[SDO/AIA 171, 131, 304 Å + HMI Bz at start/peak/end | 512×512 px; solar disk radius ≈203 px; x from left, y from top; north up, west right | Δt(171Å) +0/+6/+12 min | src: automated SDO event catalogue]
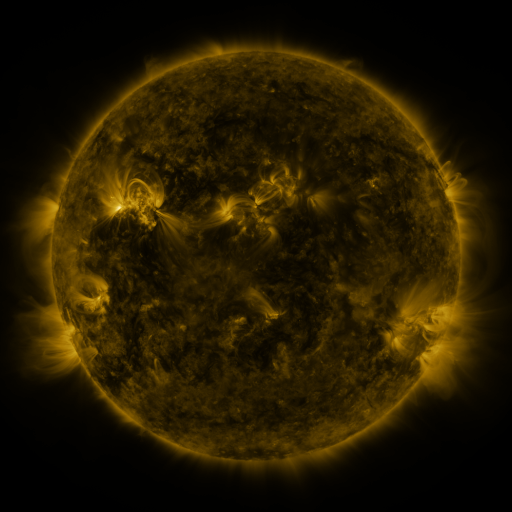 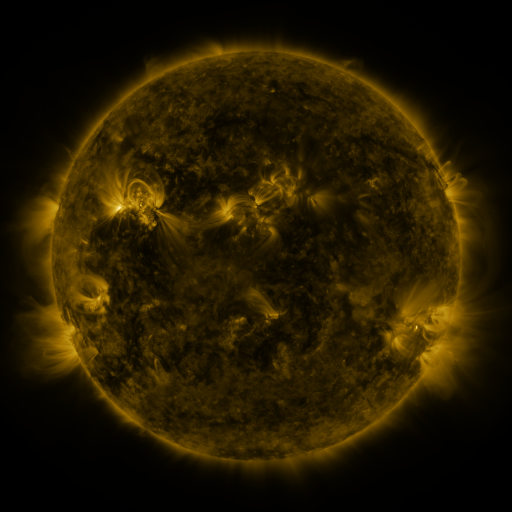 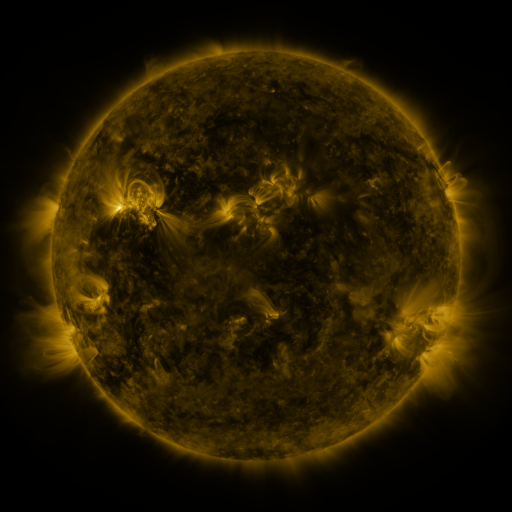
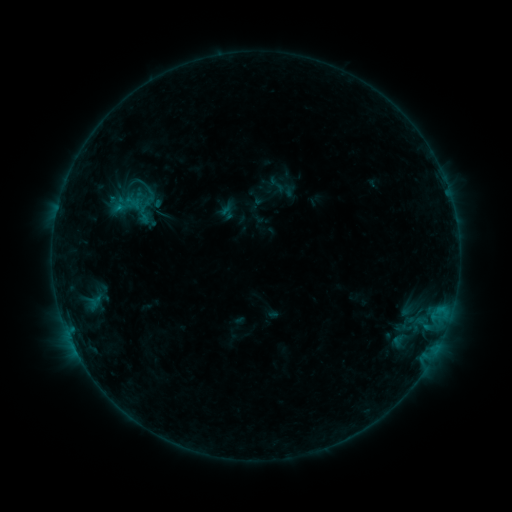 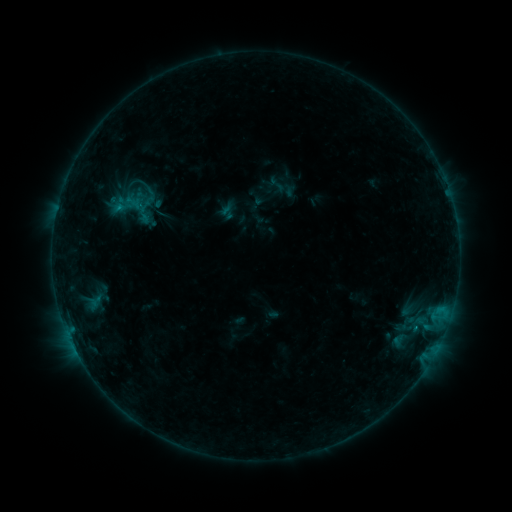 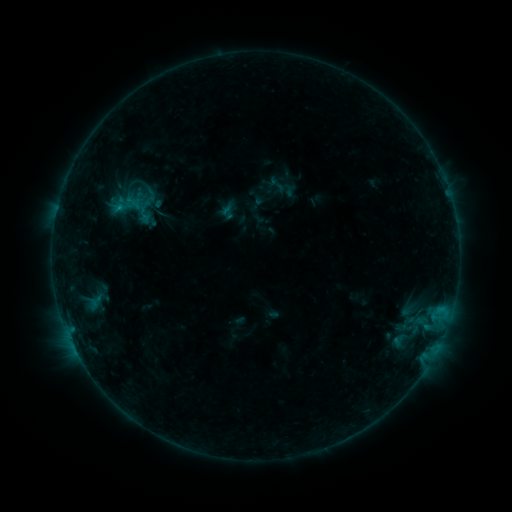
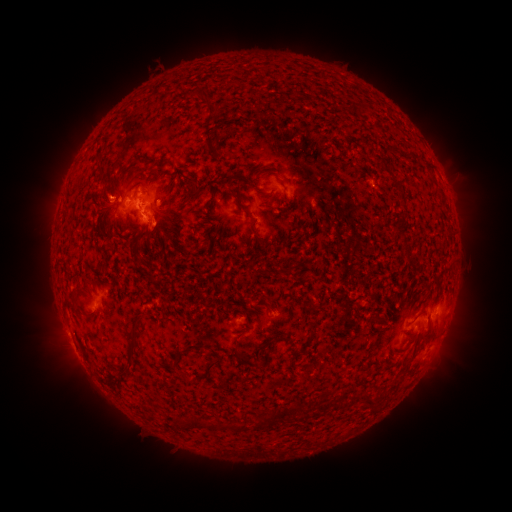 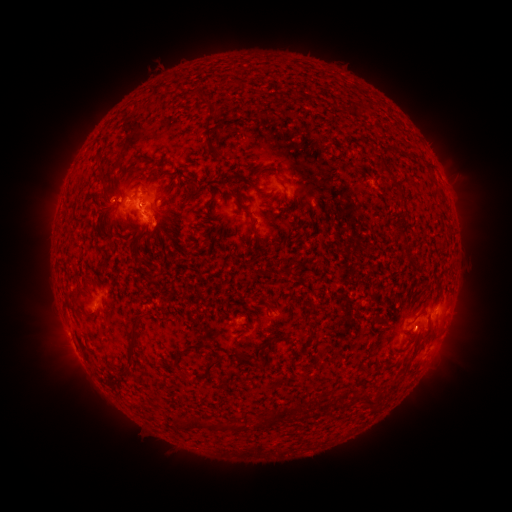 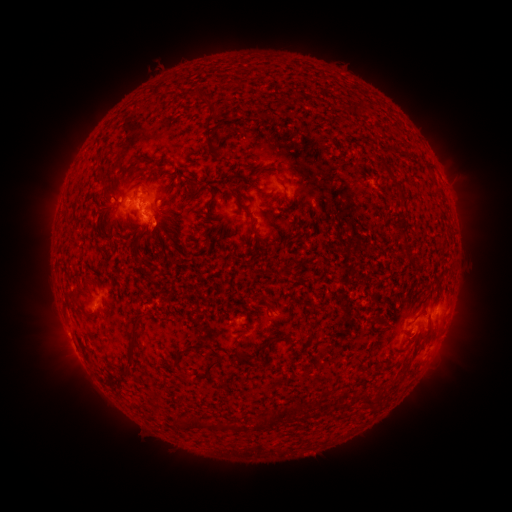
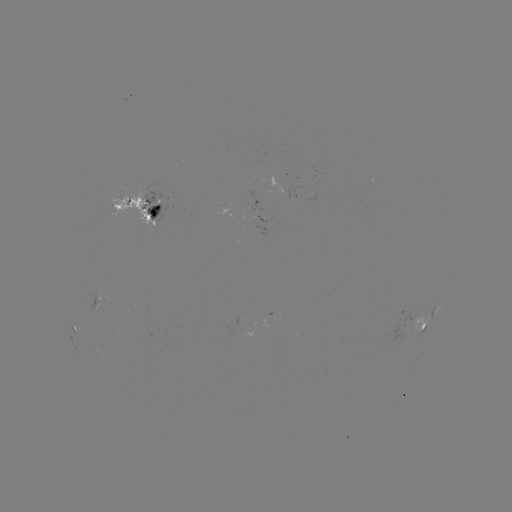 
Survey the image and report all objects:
eruption: (419, 338)
